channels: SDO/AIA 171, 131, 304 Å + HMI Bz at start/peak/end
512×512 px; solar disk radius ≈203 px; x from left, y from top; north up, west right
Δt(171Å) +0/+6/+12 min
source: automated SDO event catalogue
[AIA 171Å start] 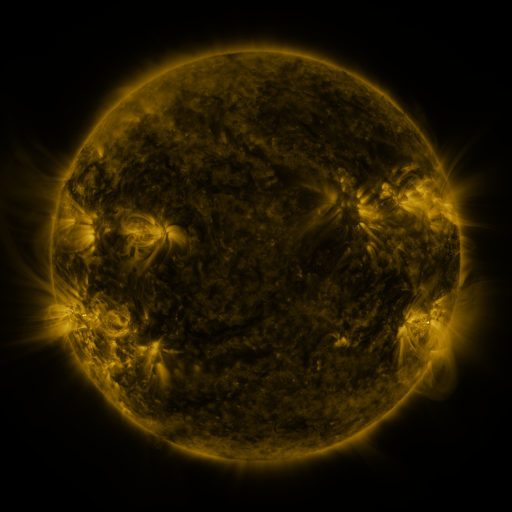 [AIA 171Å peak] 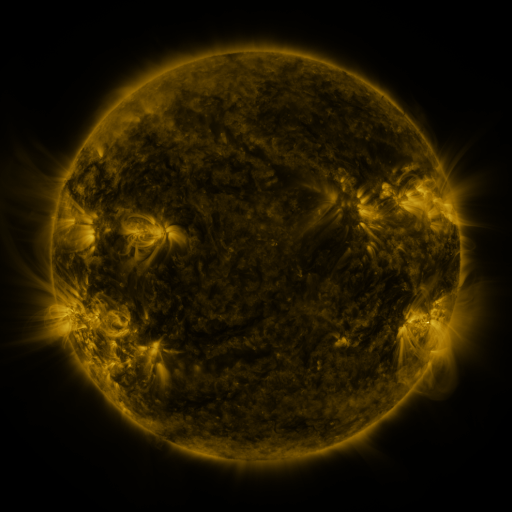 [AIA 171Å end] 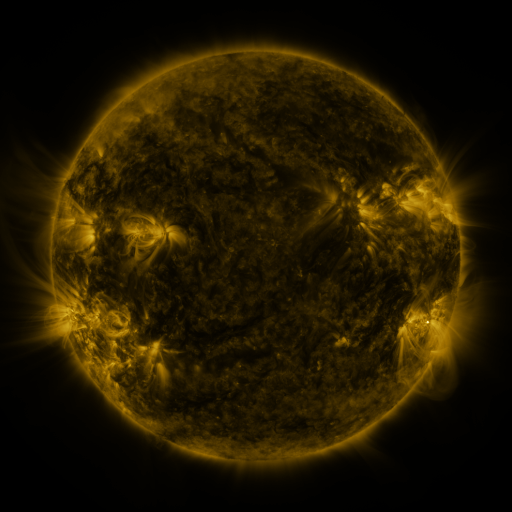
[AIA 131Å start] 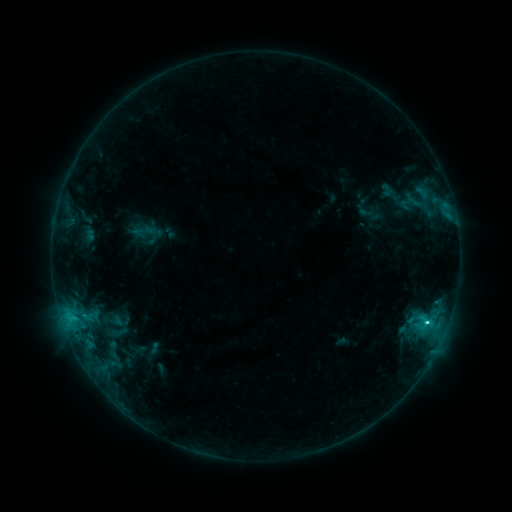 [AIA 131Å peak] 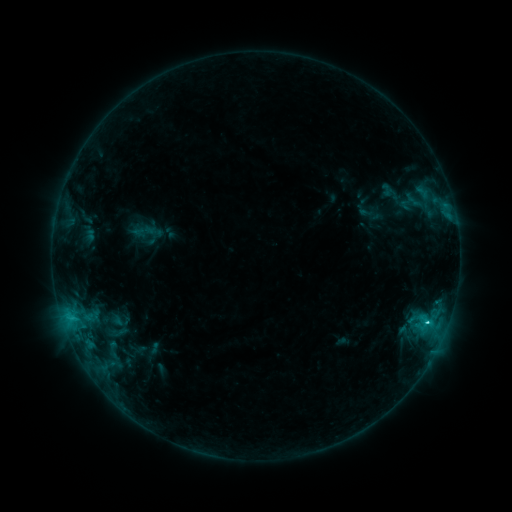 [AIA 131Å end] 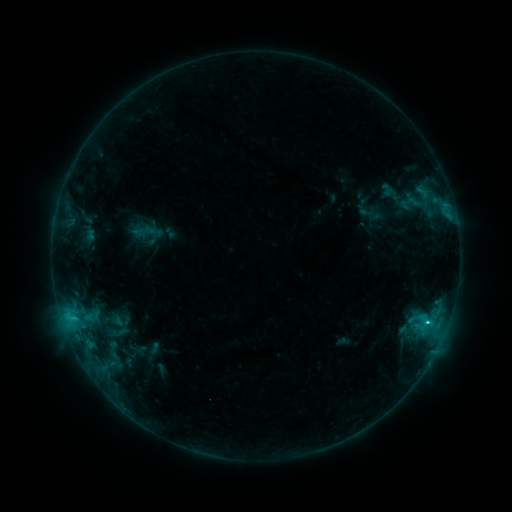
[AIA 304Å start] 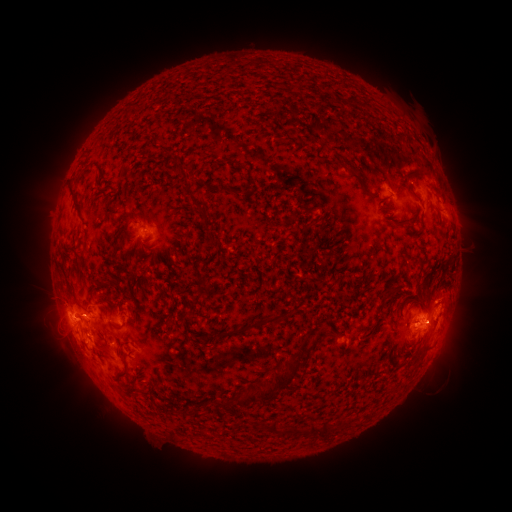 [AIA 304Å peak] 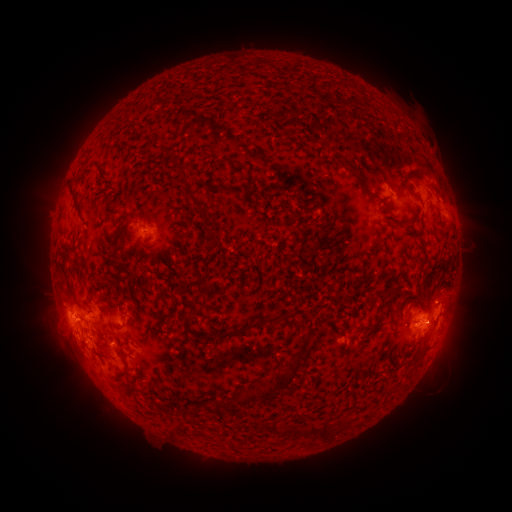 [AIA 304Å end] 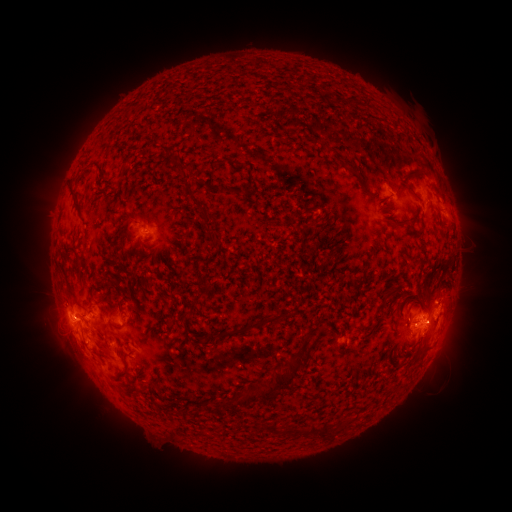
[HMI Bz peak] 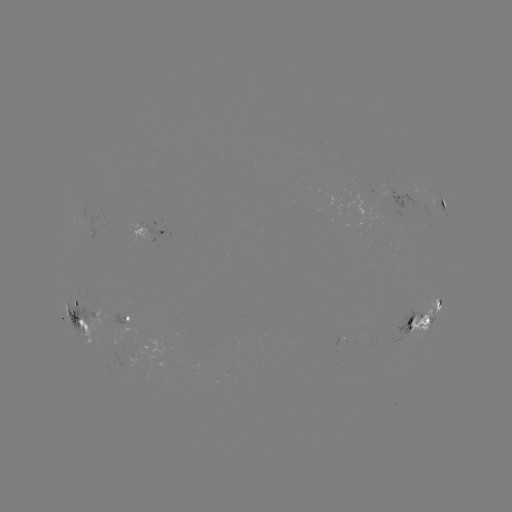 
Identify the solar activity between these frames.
C3.9 flare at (427, 321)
